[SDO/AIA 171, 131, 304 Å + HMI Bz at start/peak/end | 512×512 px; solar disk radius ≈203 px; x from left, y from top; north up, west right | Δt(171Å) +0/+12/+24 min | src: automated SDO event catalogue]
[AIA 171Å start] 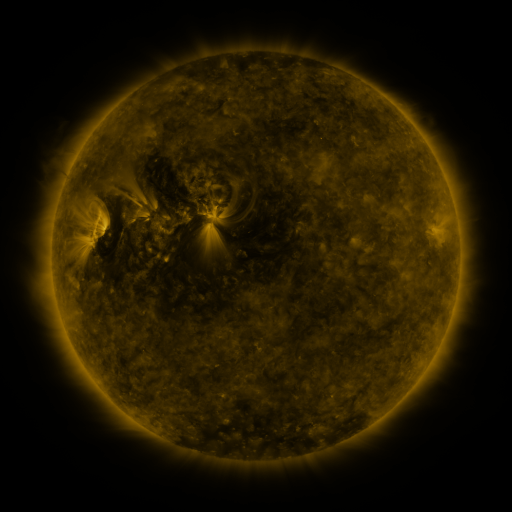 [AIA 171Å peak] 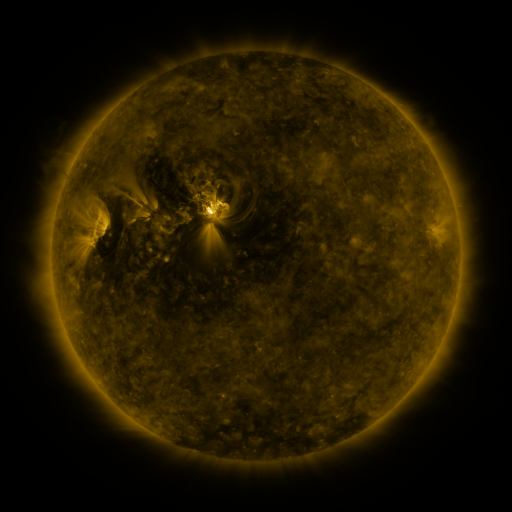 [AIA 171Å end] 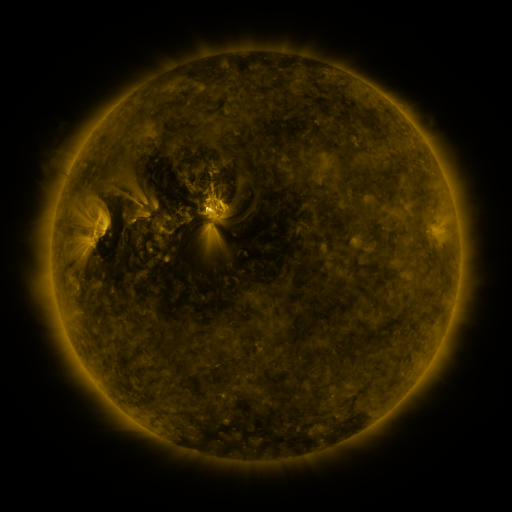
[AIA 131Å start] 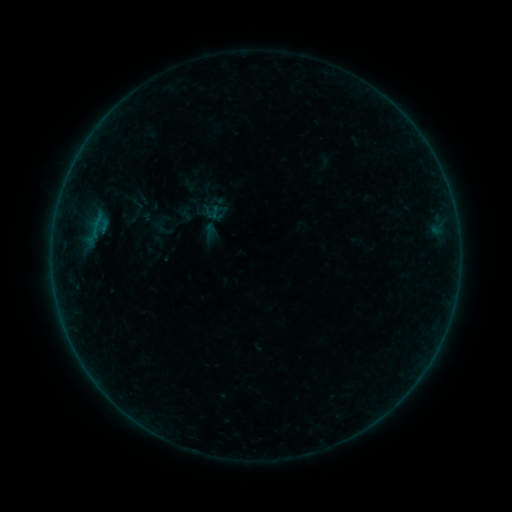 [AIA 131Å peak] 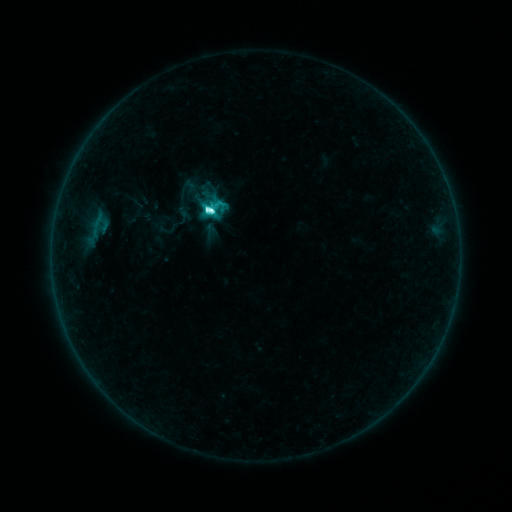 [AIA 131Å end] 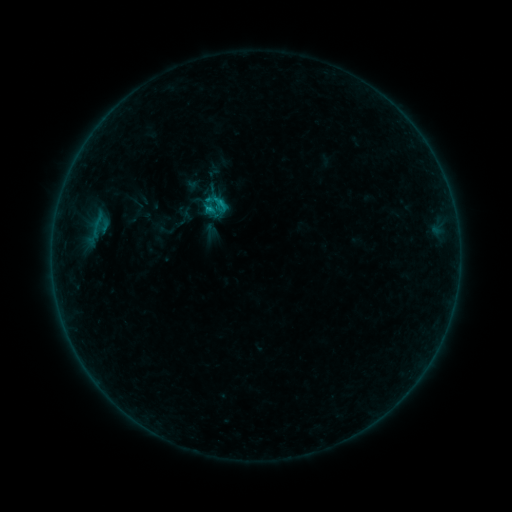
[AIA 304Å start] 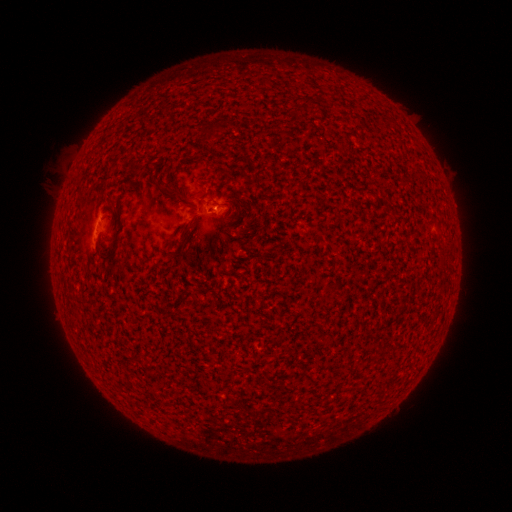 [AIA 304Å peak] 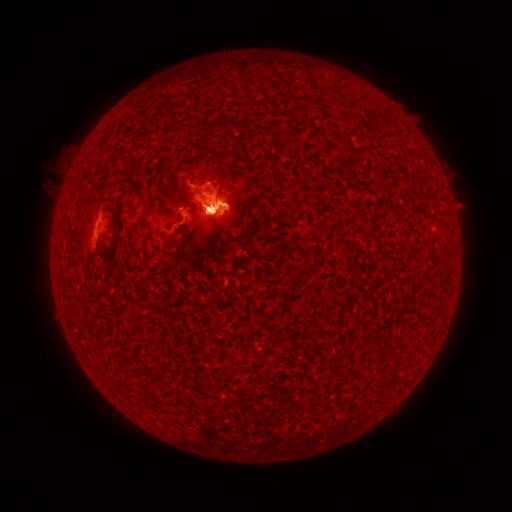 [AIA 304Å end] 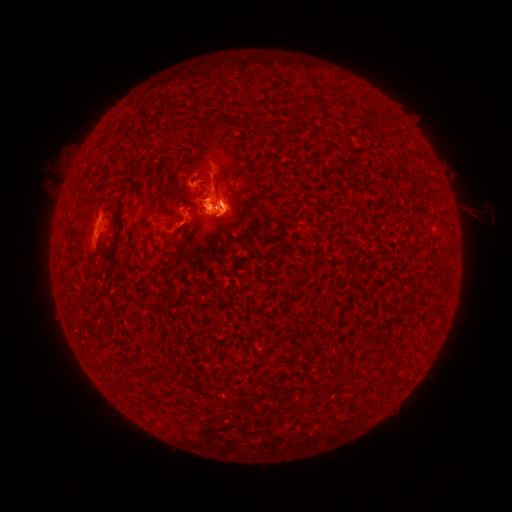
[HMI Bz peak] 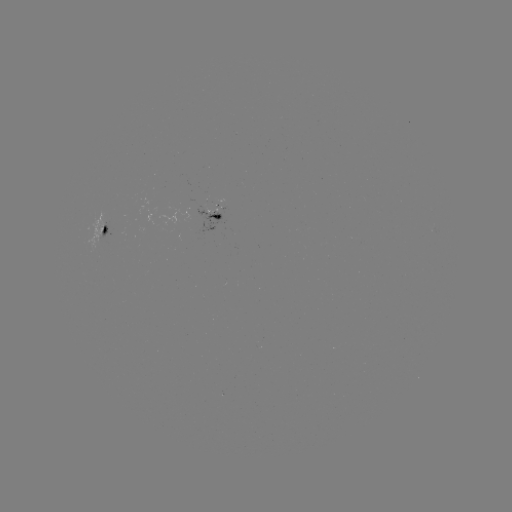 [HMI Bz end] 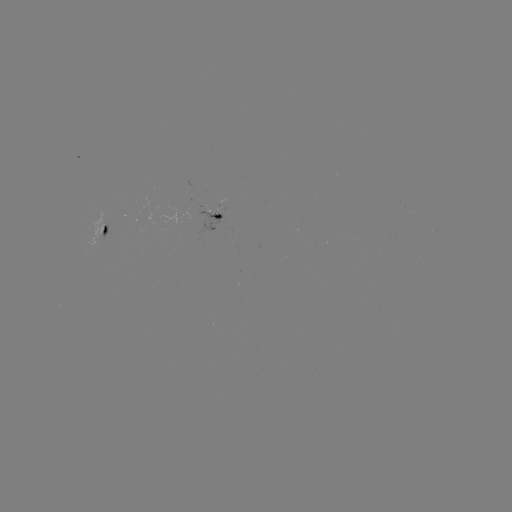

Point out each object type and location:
eruption: (212, 131)
